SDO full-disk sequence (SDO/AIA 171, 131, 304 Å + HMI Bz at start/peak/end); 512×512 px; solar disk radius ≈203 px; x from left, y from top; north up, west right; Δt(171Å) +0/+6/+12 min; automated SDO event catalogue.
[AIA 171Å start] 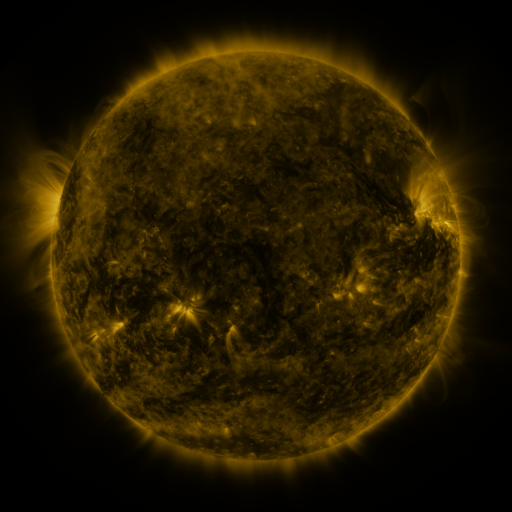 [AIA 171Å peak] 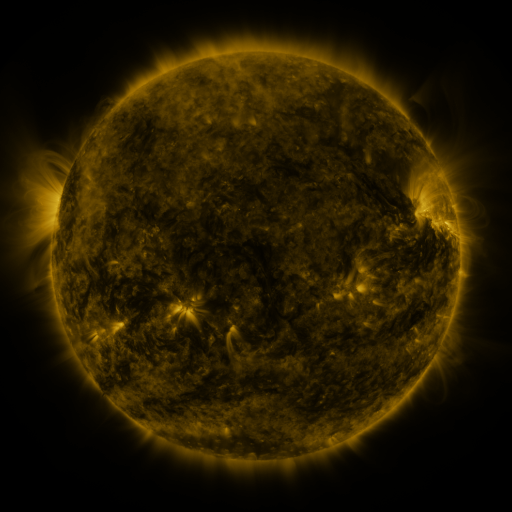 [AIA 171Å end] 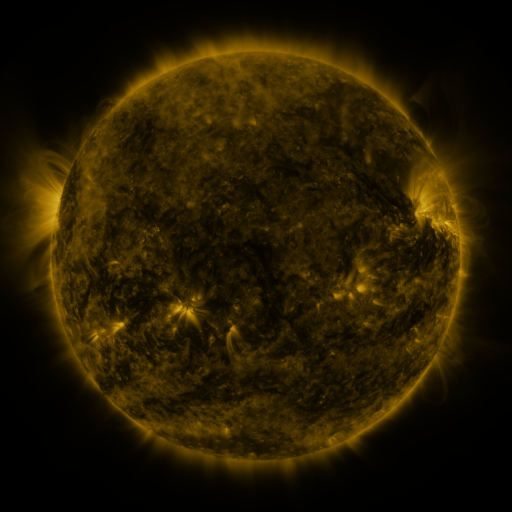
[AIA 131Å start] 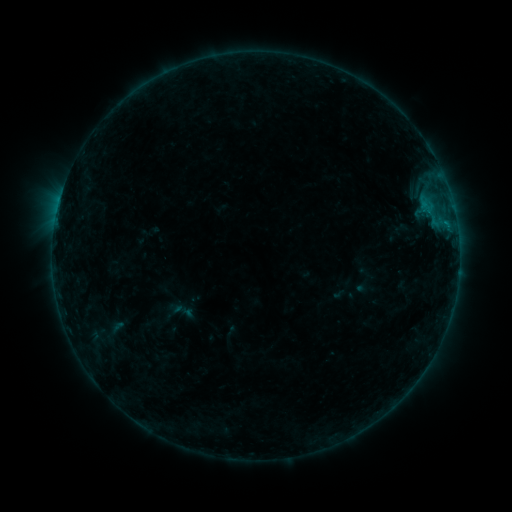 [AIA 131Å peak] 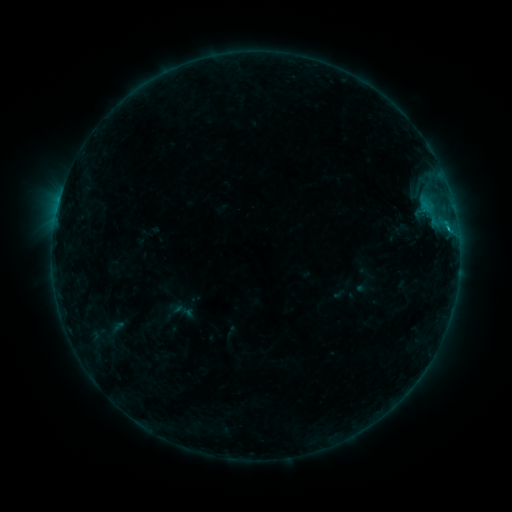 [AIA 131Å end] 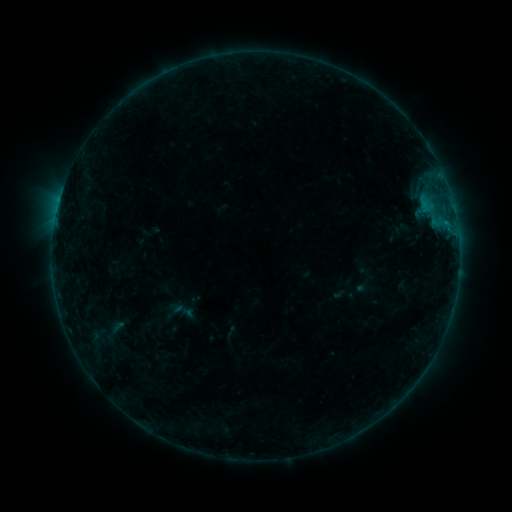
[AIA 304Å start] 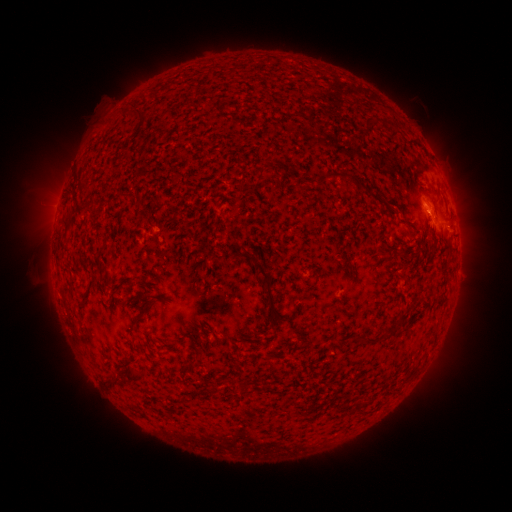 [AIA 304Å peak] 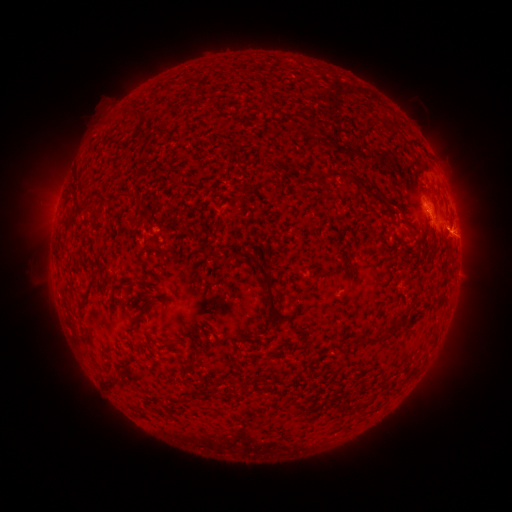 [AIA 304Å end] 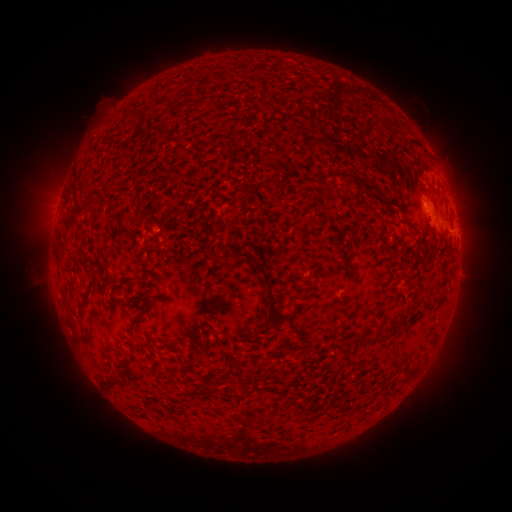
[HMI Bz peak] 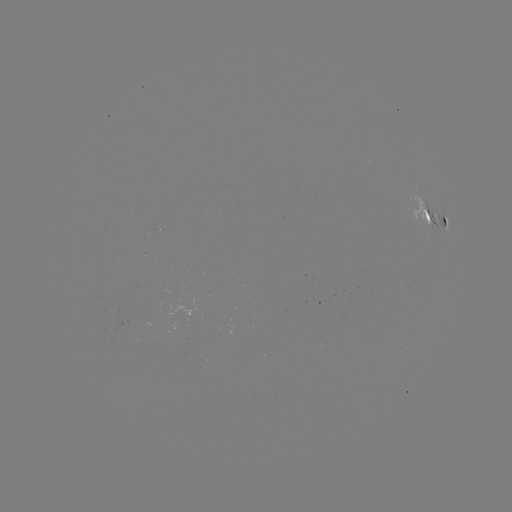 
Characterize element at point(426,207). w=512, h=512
B6.1 flare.